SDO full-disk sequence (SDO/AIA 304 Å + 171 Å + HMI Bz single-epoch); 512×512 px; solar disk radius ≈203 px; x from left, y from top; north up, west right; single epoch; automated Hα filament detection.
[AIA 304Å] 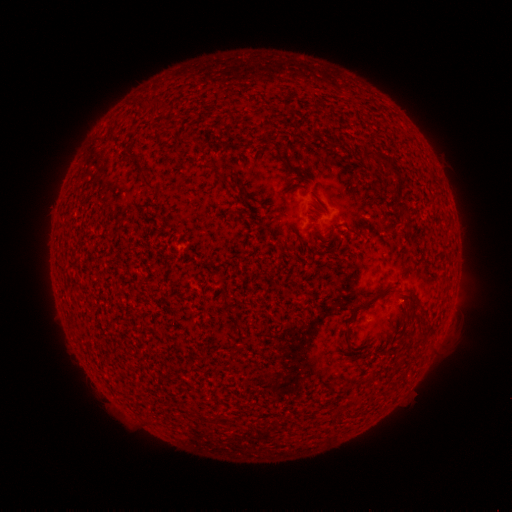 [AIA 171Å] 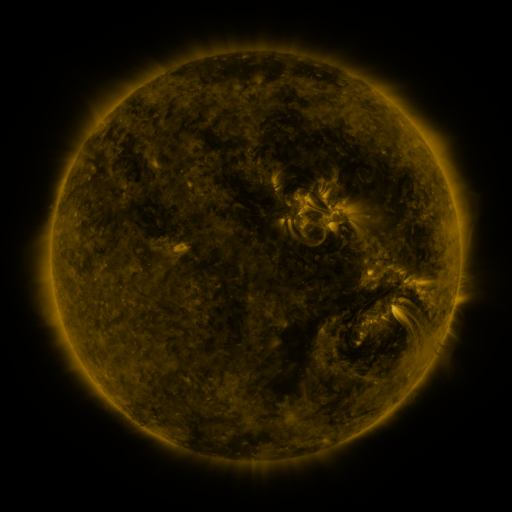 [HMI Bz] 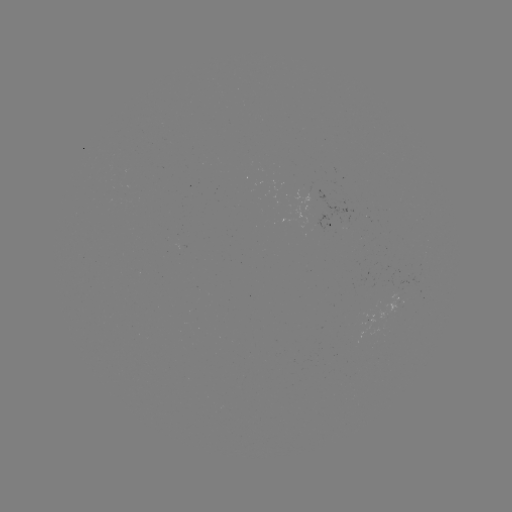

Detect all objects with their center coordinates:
filament: [137, 99, 162, 113]
filament: [192, 140, 204, 153]
filament: [363, 149, 403, 177]
filament: [130, 155, 139, 163]
filament: [138, 173, 156, 191]
filament: [402, 212, 411, 223]
filament: [347, 228, 361, 237]
filament: [127, 290, 163, 342]
filament: [356, 290, 383, 311]
filament: [104, 297, 119, 317]
filament: [417, 303, 426, 316]
filament: [153, 349, 168, 367]
filament: [159, 376, 170, 389]
filament: [330, 407, 343, 421]
